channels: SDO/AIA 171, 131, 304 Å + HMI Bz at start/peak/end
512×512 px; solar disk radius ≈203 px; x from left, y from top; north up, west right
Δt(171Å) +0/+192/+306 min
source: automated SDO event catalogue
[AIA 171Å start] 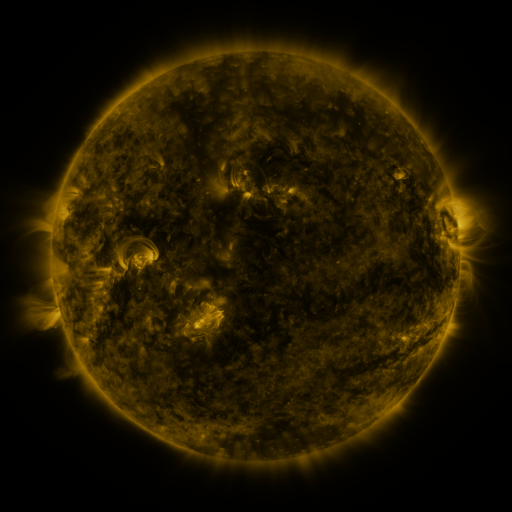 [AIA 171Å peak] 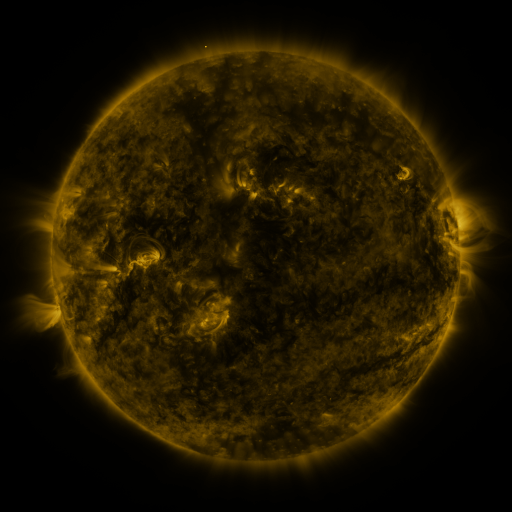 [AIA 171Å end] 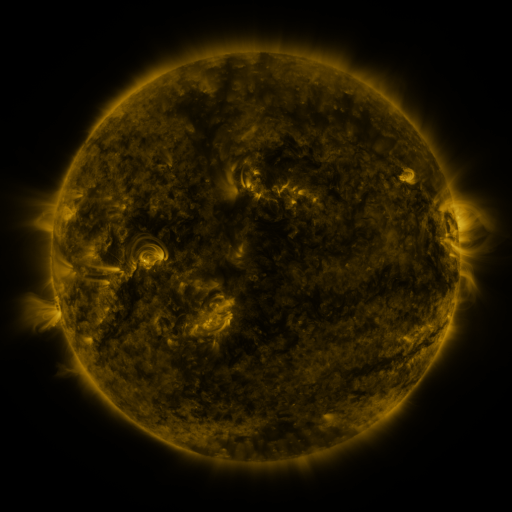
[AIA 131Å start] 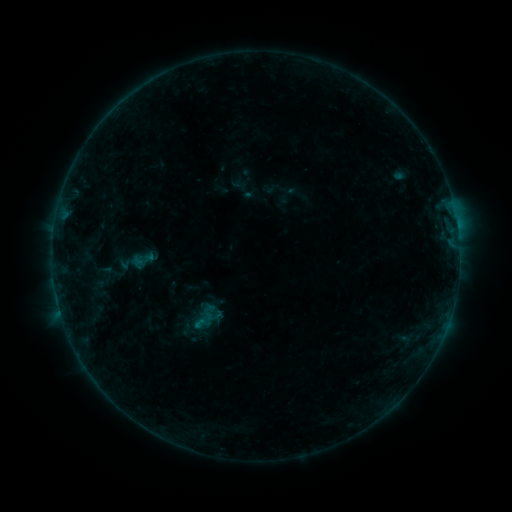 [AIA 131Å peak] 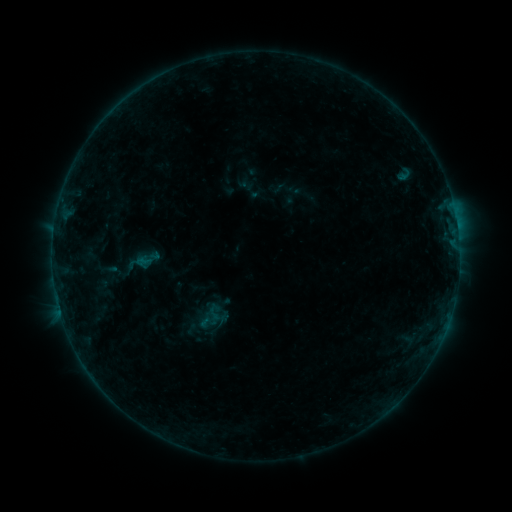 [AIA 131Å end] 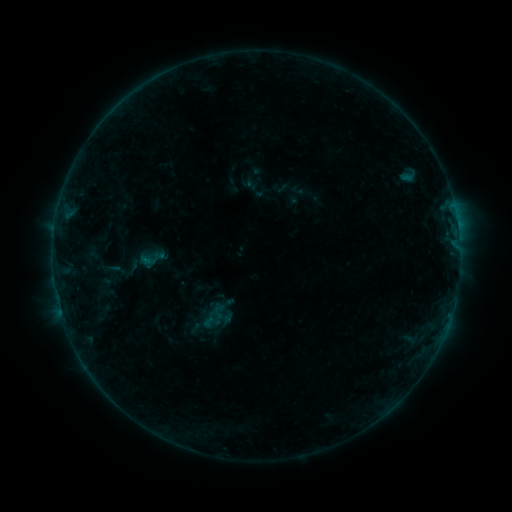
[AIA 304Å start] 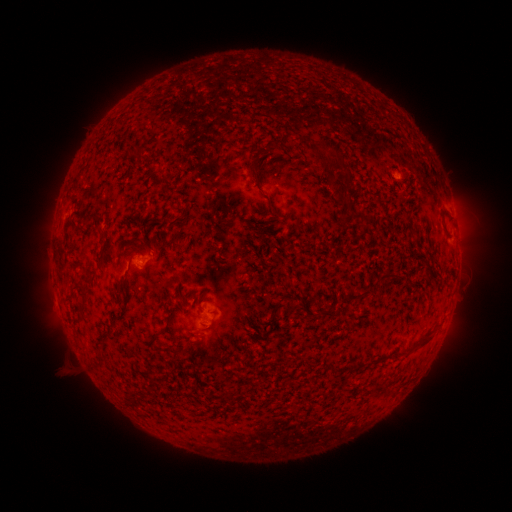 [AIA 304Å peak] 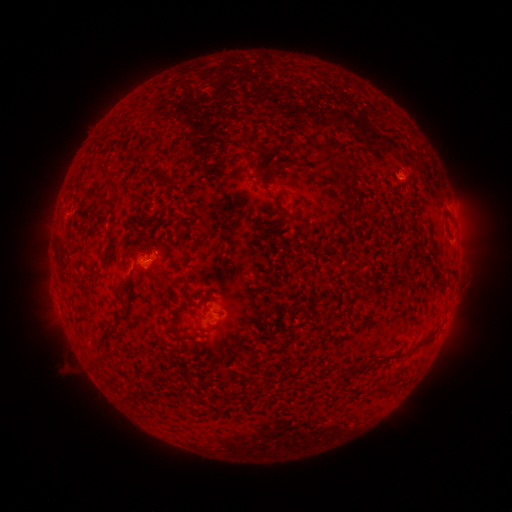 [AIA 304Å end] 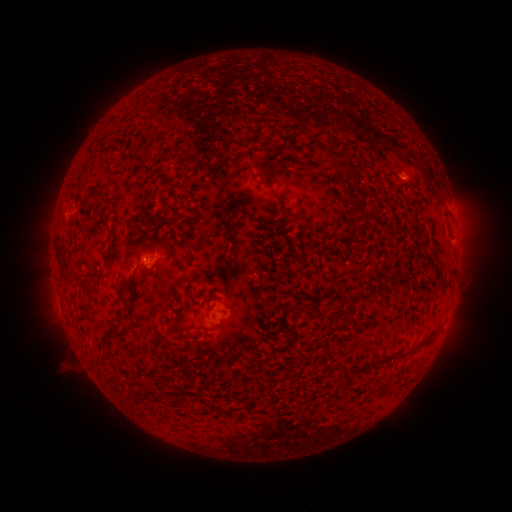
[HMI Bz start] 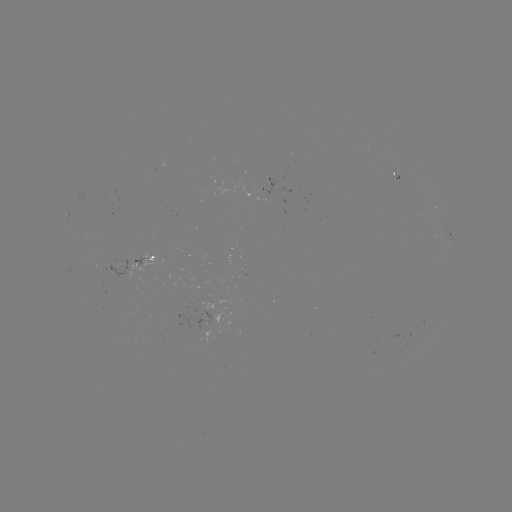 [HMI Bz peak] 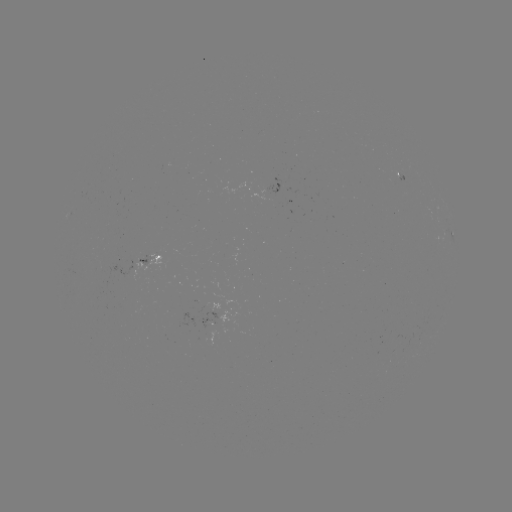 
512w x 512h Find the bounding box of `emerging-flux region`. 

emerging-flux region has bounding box [266, 177, 281, 201].